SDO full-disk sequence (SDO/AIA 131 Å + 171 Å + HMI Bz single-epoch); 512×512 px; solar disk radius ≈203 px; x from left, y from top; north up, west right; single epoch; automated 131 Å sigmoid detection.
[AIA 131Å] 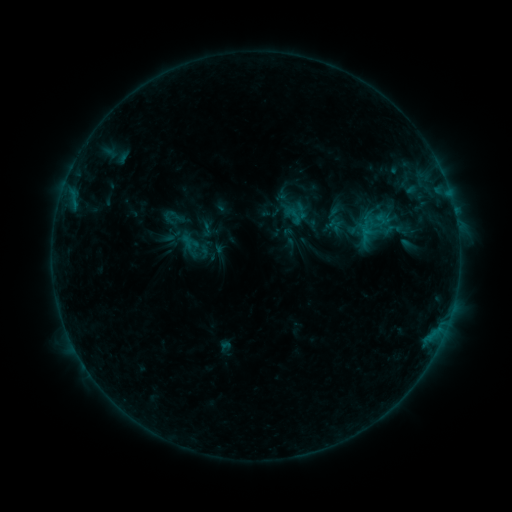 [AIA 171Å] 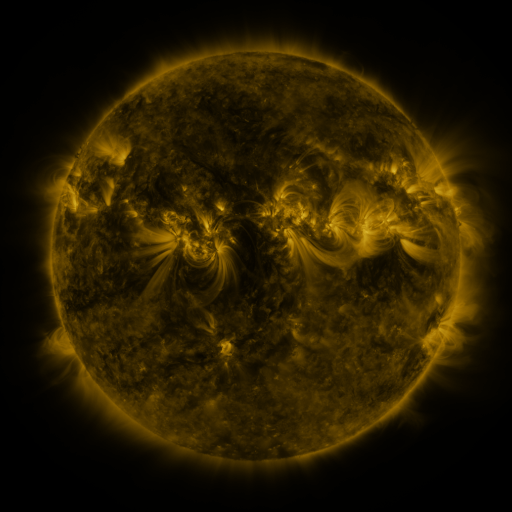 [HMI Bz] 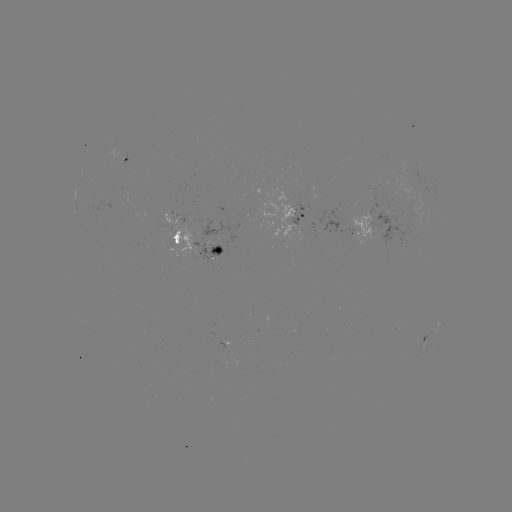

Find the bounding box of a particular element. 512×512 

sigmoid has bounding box [198, 220, 214, 238].